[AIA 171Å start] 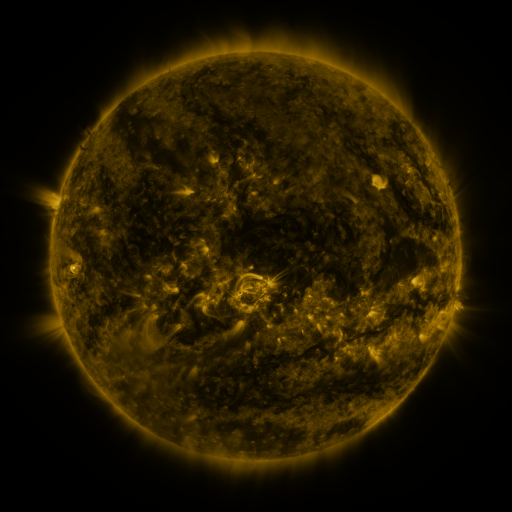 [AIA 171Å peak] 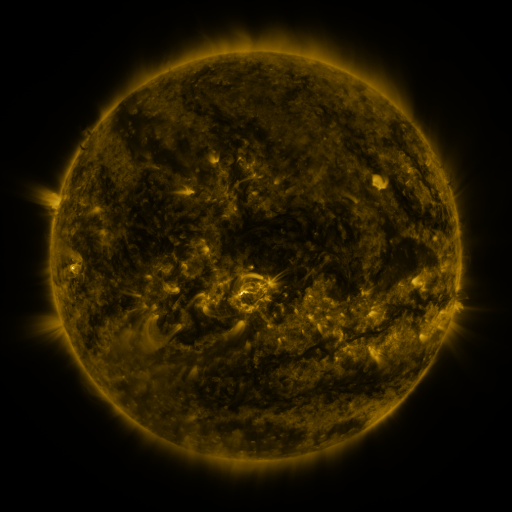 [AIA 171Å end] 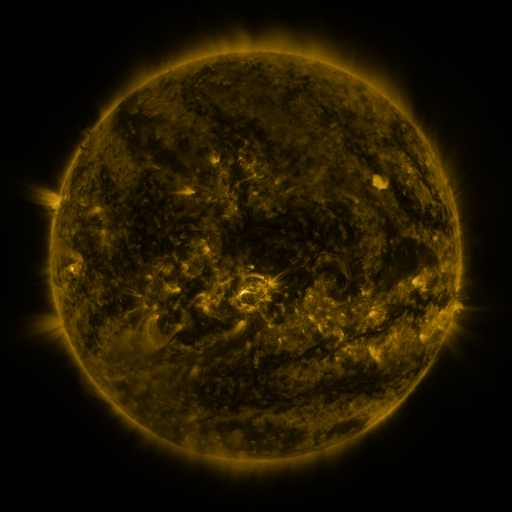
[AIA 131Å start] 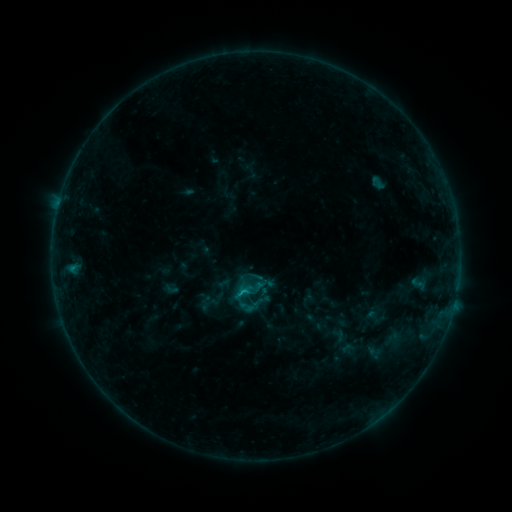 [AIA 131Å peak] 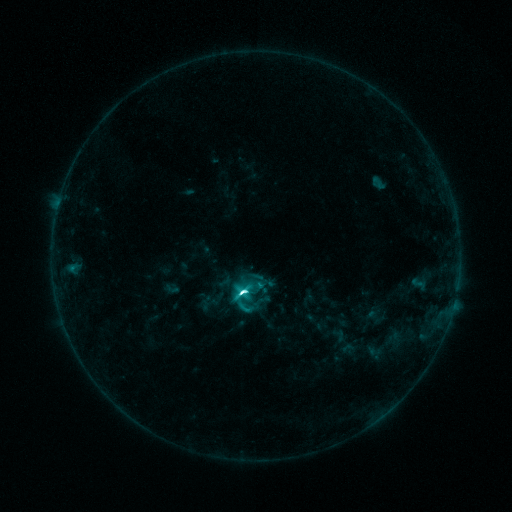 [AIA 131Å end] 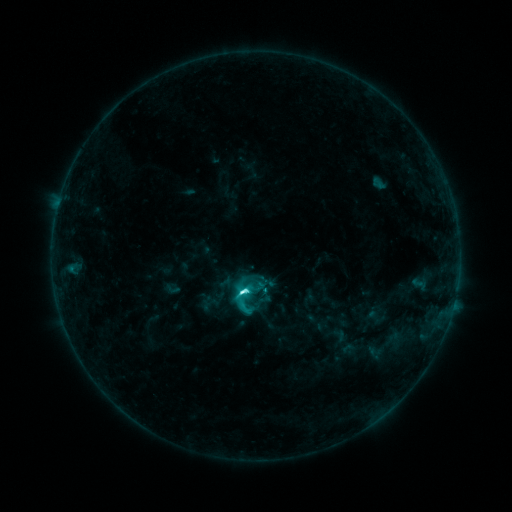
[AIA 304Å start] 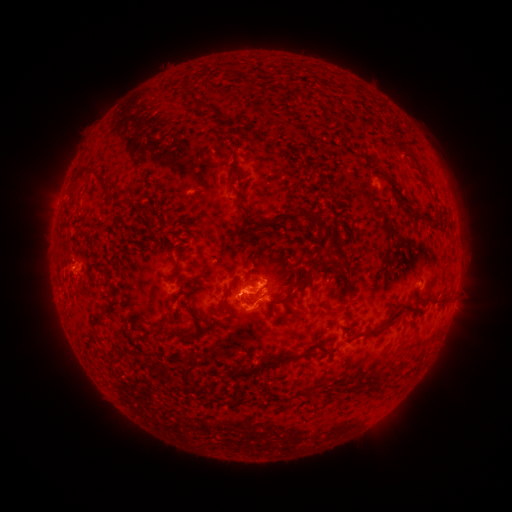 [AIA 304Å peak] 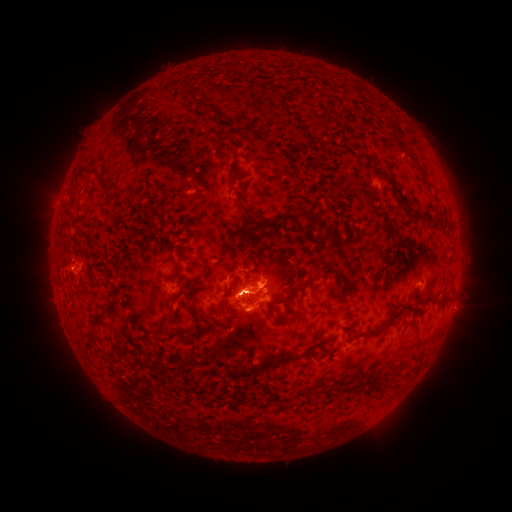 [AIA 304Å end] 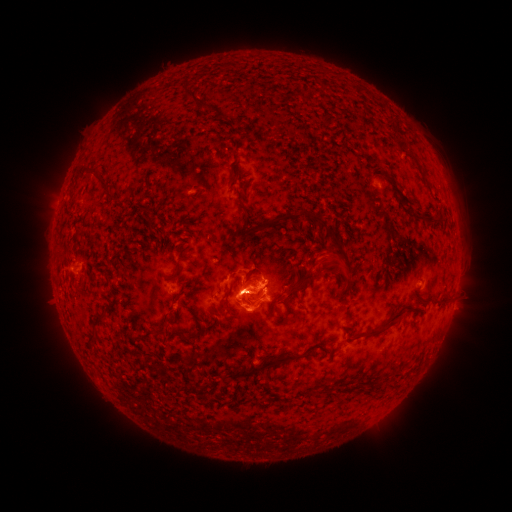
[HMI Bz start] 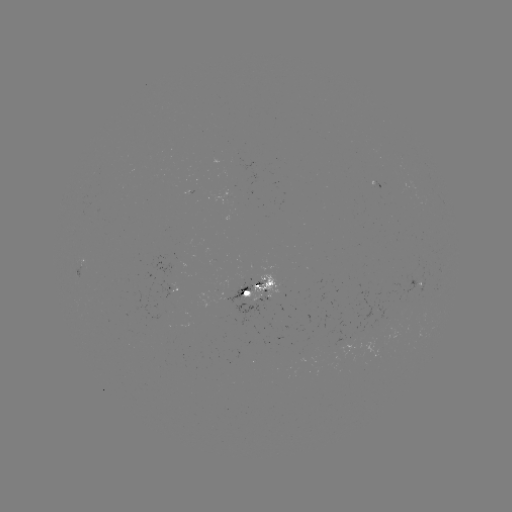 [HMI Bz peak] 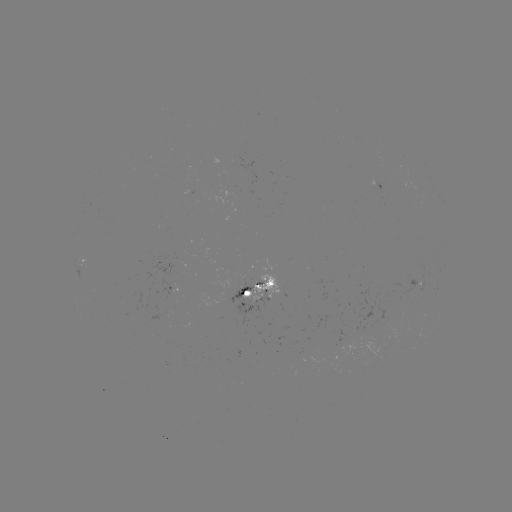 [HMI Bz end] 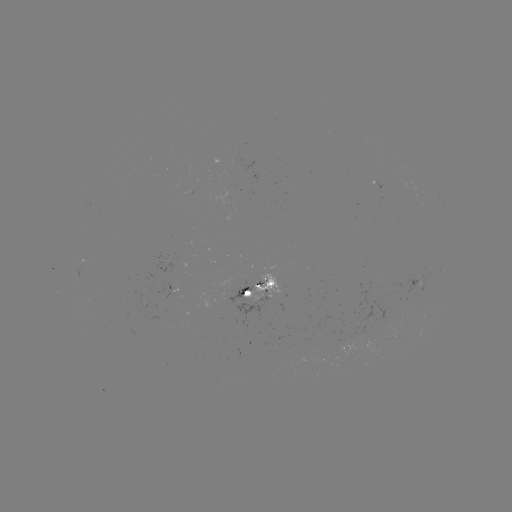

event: flare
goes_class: M1.2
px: (242, 290)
